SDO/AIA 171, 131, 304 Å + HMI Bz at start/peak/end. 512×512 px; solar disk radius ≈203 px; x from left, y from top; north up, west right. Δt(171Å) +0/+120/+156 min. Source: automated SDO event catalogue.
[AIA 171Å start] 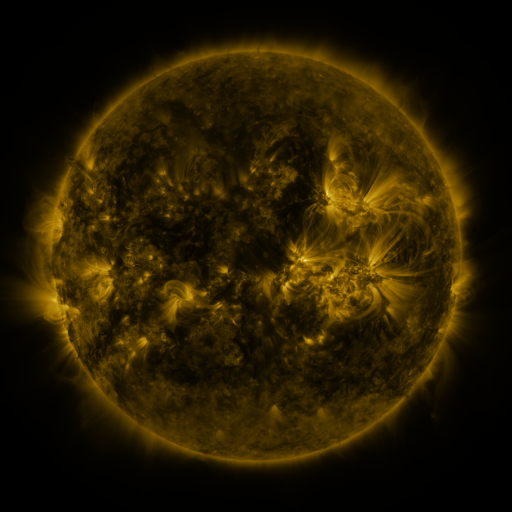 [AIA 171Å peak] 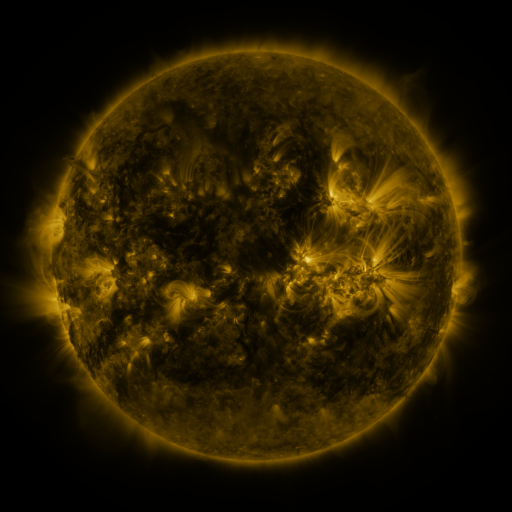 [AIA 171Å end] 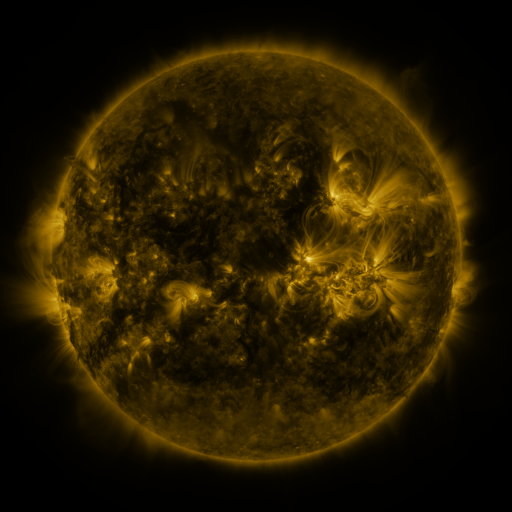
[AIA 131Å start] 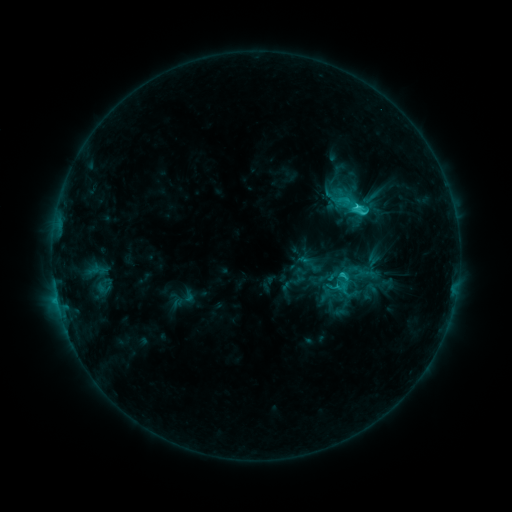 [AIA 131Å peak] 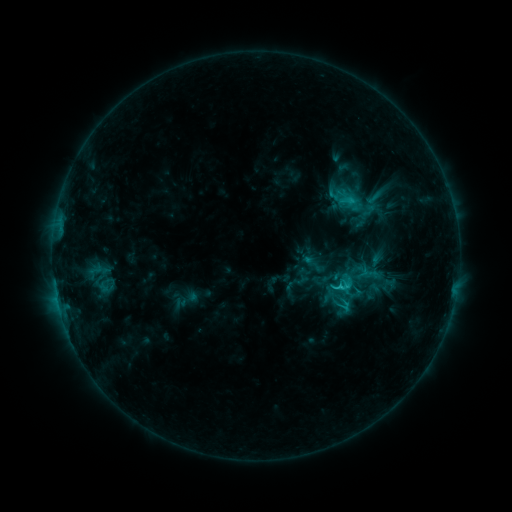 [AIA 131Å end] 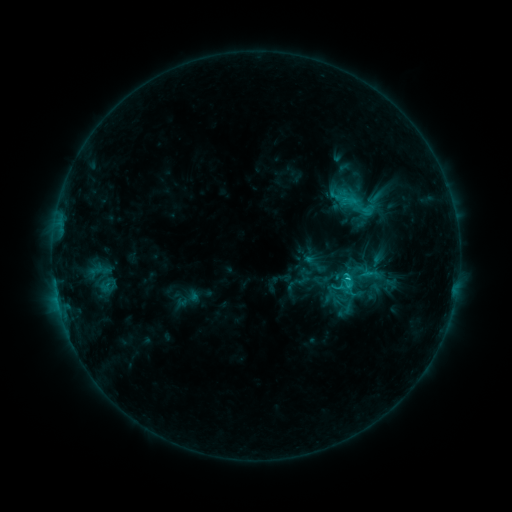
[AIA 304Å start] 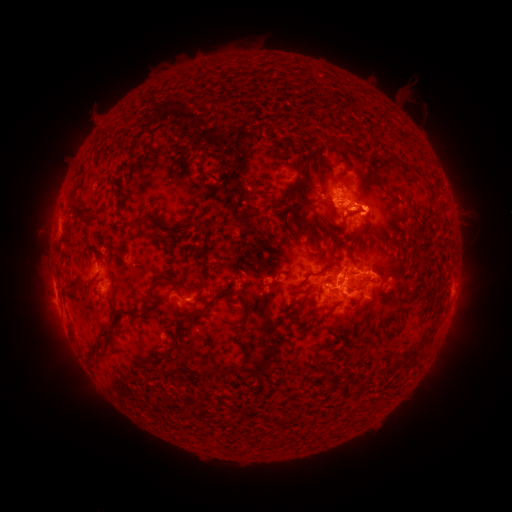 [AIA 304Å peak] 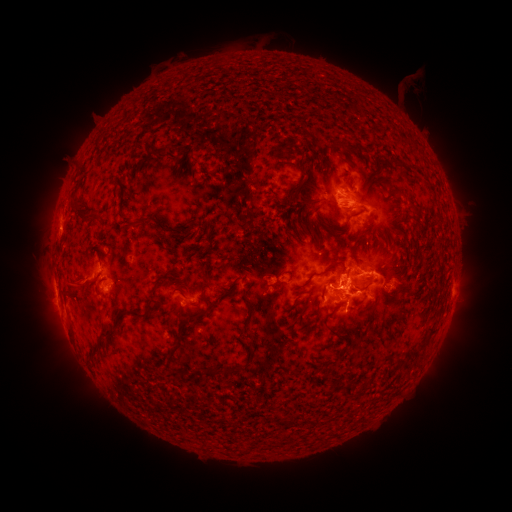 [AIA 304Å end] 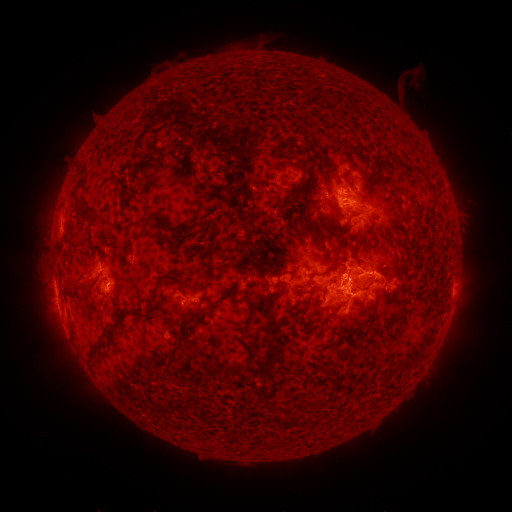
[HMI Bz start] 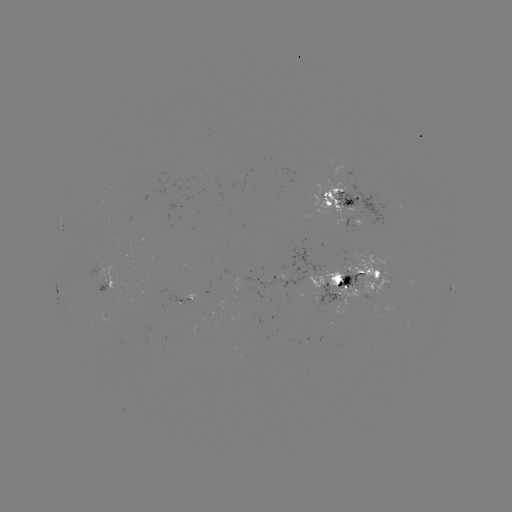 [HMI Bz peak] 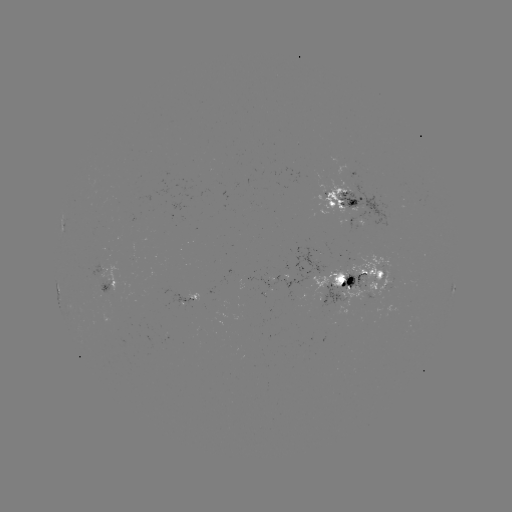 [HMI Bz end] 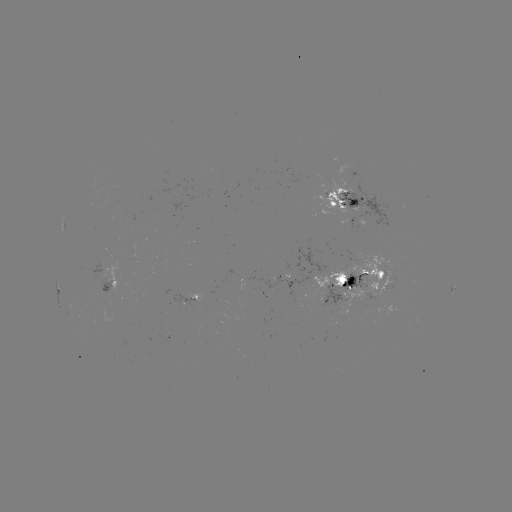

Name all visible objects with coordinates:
emerging-flux region: (352, 213)
